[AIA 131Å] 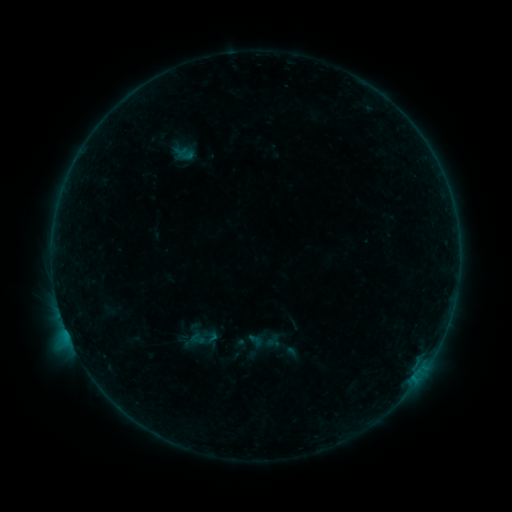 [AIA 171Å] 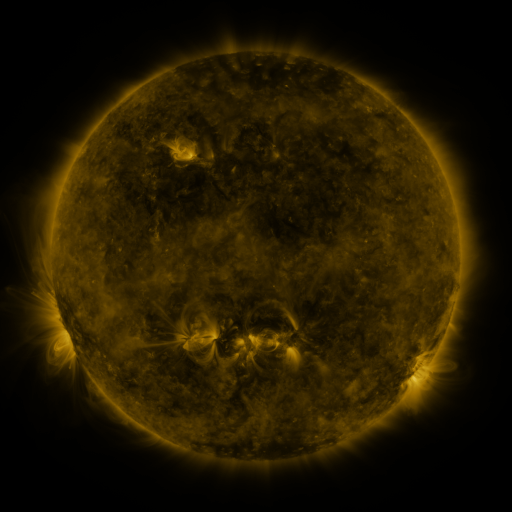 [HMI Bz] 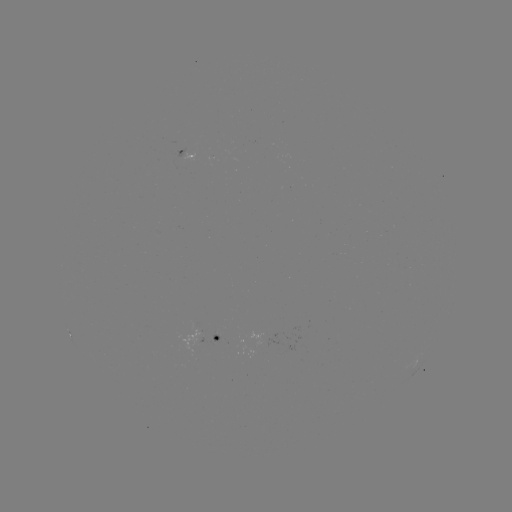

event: sigmoid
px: (255, 340)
